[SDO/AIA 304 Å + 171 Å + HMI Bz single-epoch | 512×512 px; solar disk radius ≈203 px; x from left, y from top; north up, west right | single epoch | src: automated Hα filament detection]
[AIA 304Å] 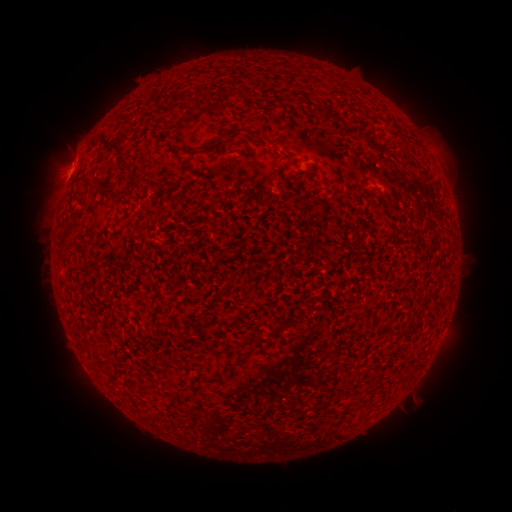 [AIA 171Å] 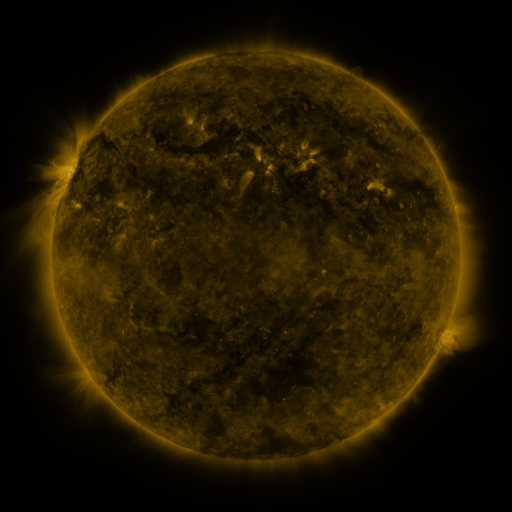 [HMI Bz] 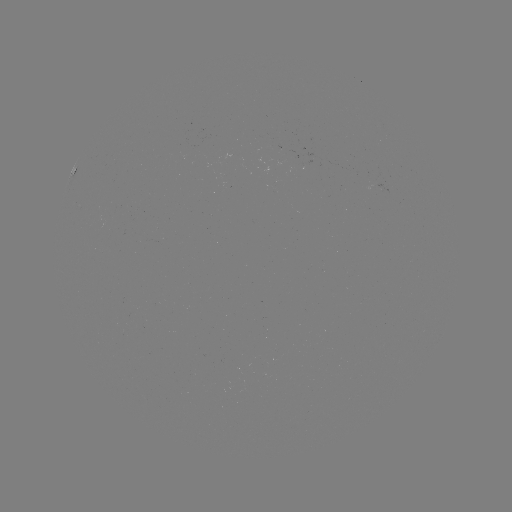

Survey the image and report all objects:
filament: (215, 85, 233, 100)
filament: (316, 106, 344, 124)
filament: (359, 131, 369, 143)
filament: (258, 132, 266, 143)
filament: (100, 138, 131, 167)
filament: (179, 145, 188, 152)
filament: (128, 175, 142, 185)
filament: (359, 177, 369, 190)
filament: (108, 192, 118, 201)
filament: (79, 194, 90, 207)
filament: (226, 349, 252, 371)
